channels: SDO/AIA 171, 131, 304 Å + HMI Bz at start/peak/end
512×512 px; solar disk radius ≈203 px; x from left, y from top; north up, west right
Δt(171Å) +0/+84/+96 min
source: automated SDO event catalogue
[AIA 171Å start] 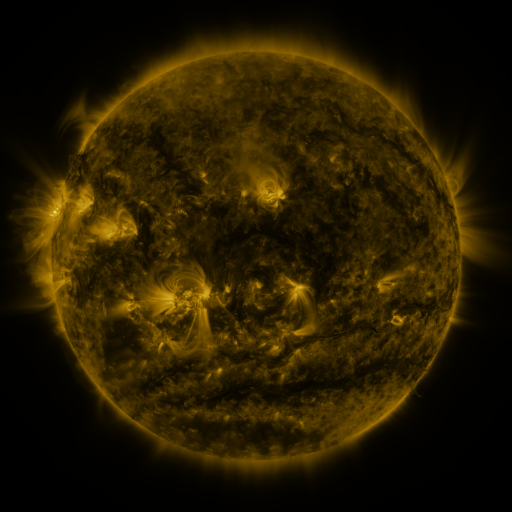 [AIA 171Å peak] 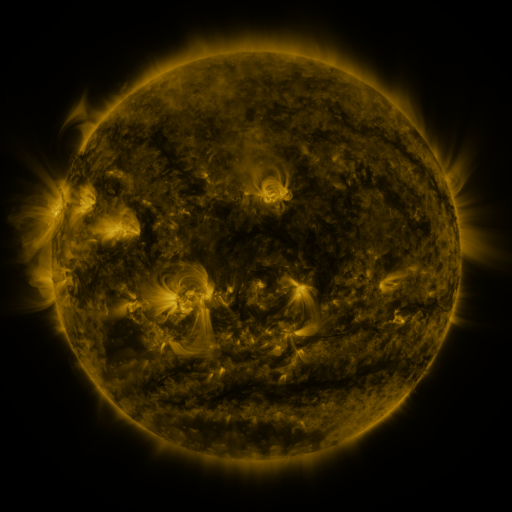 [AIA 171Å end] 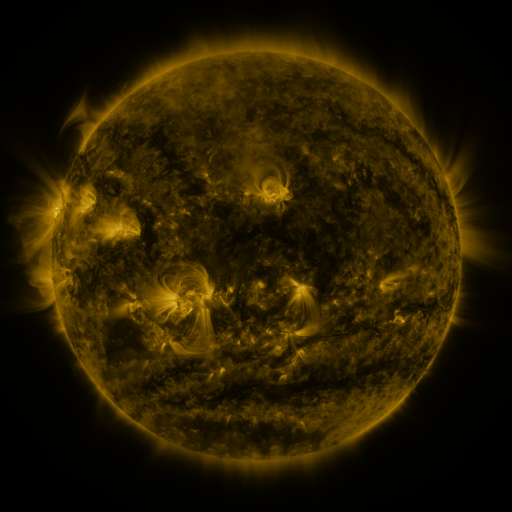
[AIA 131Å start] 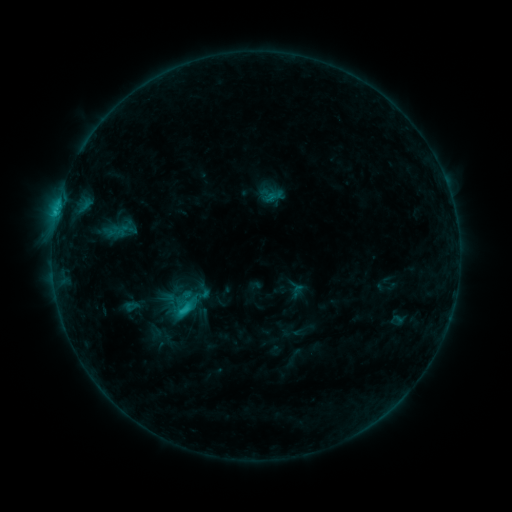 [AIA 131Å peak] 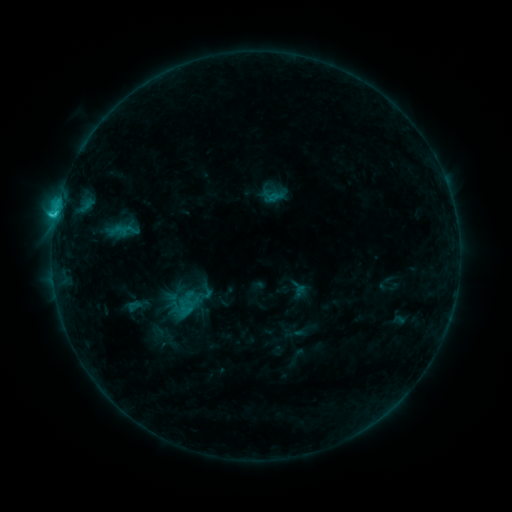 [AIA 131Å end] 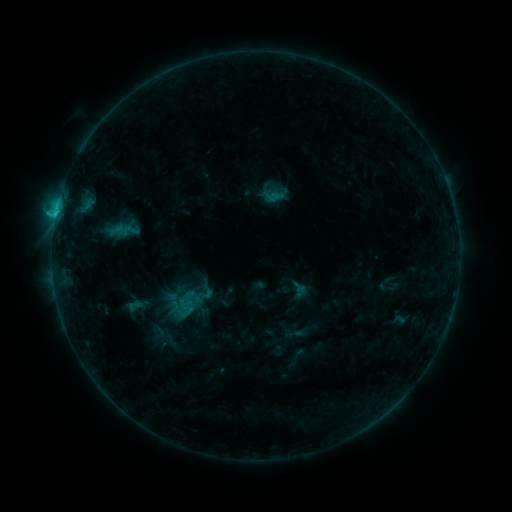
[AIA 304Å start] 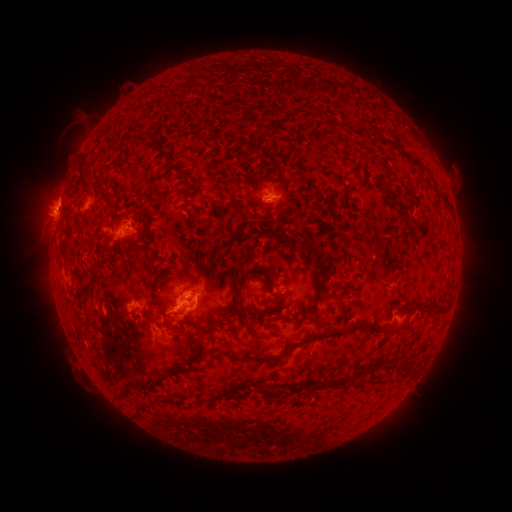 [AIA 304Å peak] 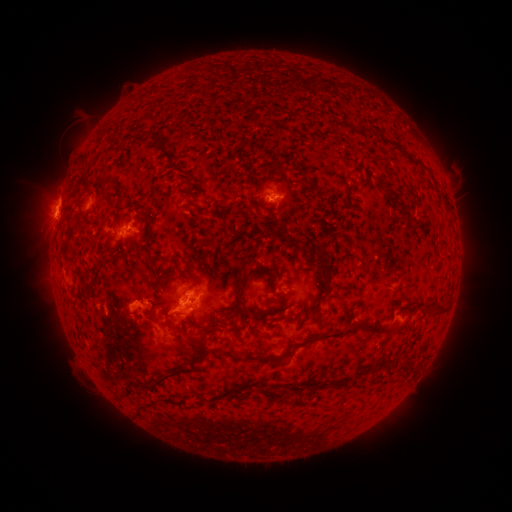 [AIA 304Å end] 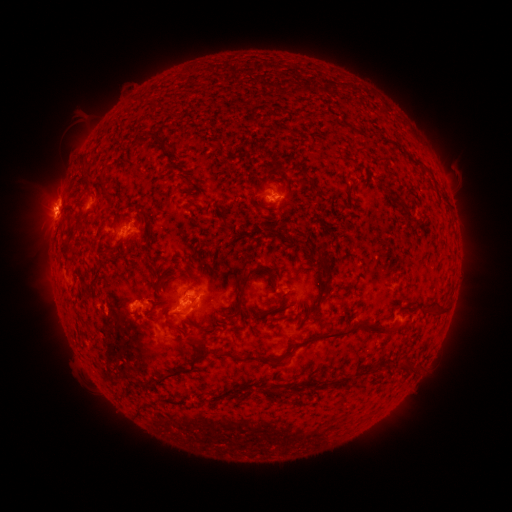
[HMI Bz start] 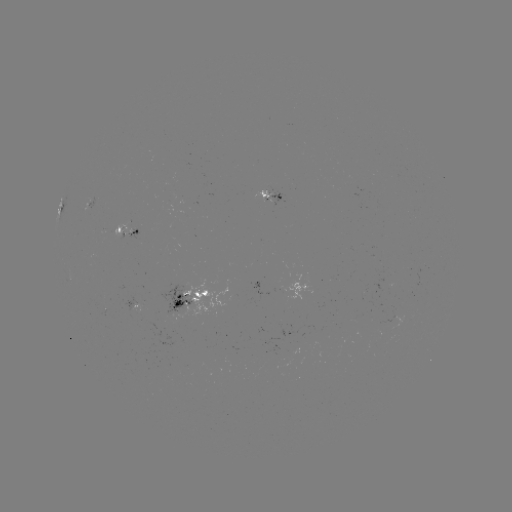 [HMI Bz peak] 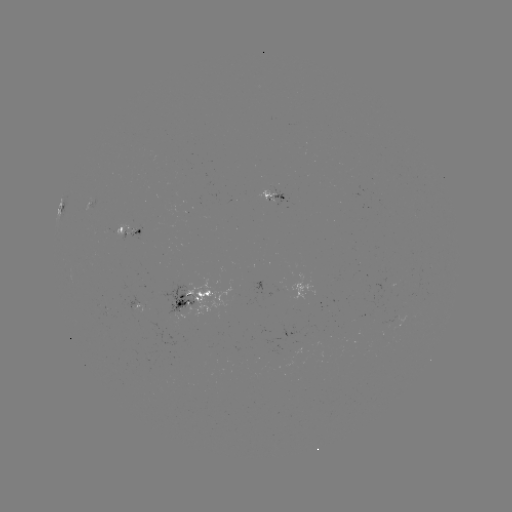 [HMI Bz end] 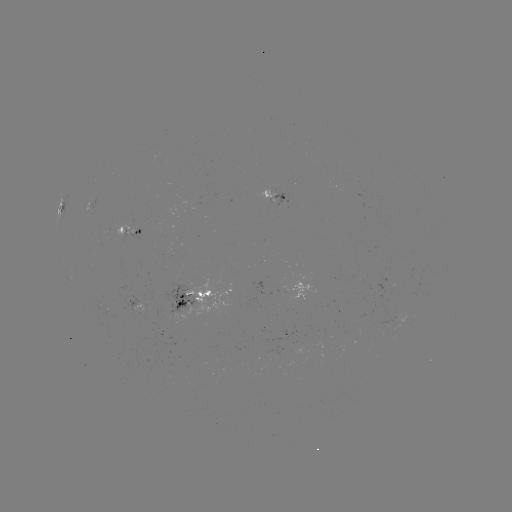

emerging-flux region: <bbox>256, 191, 275, 203</bbox>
